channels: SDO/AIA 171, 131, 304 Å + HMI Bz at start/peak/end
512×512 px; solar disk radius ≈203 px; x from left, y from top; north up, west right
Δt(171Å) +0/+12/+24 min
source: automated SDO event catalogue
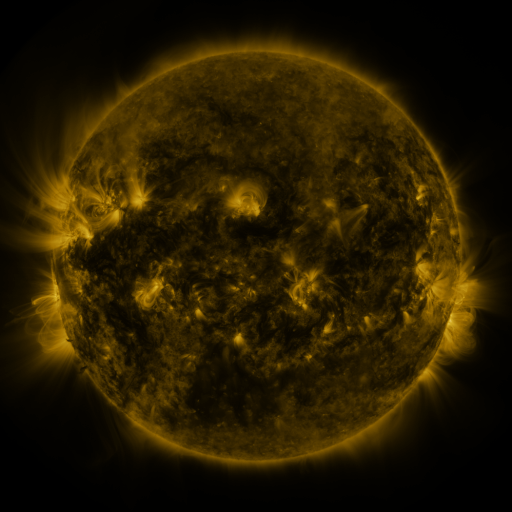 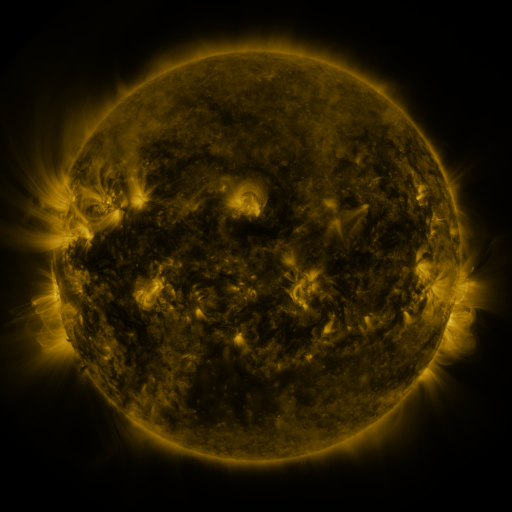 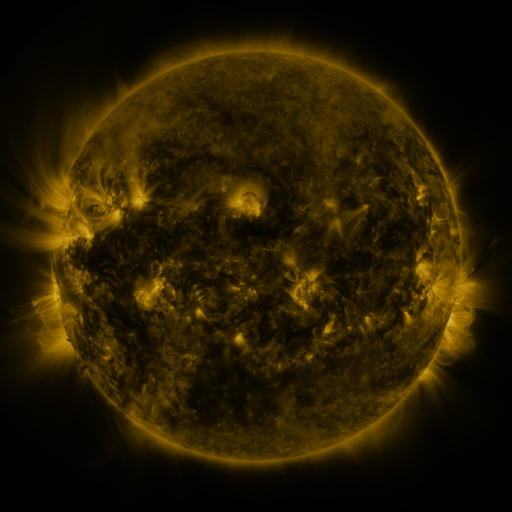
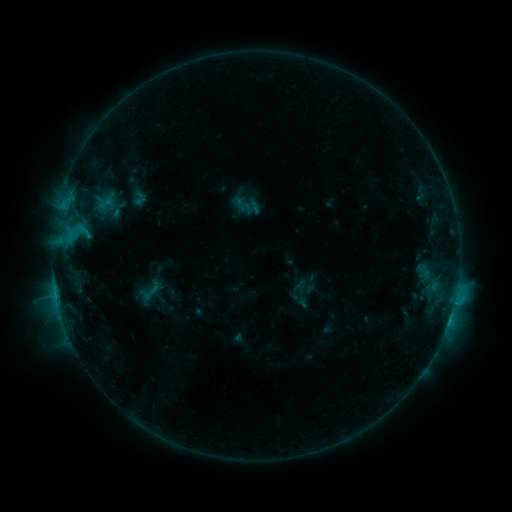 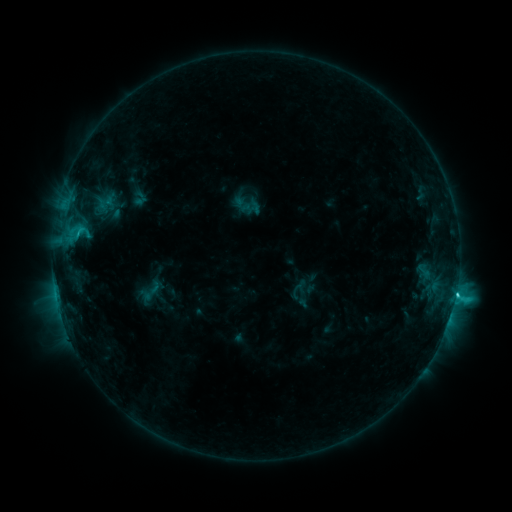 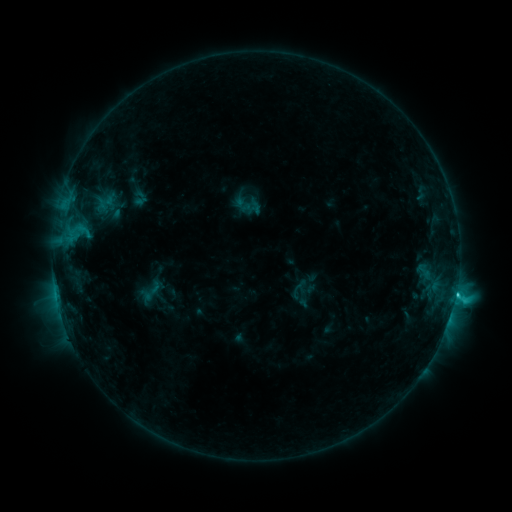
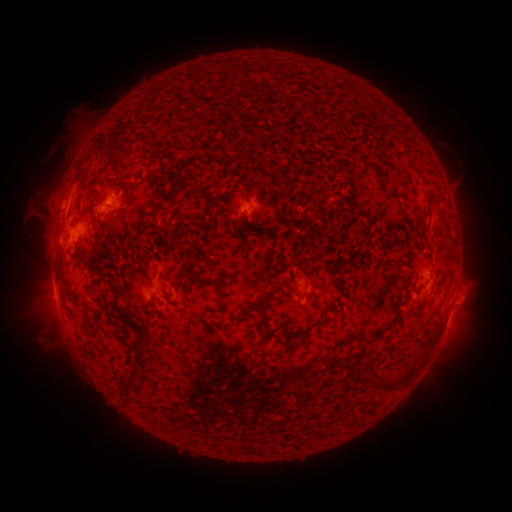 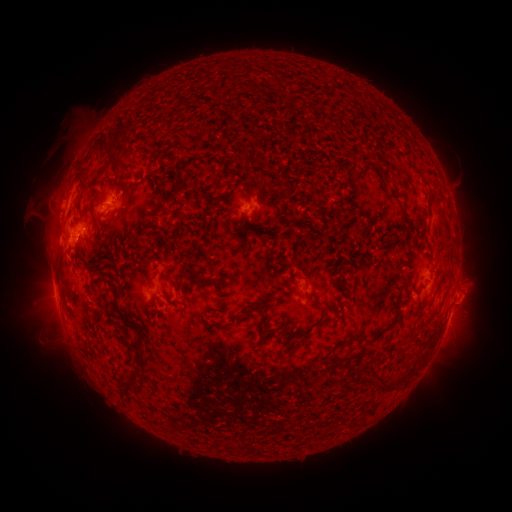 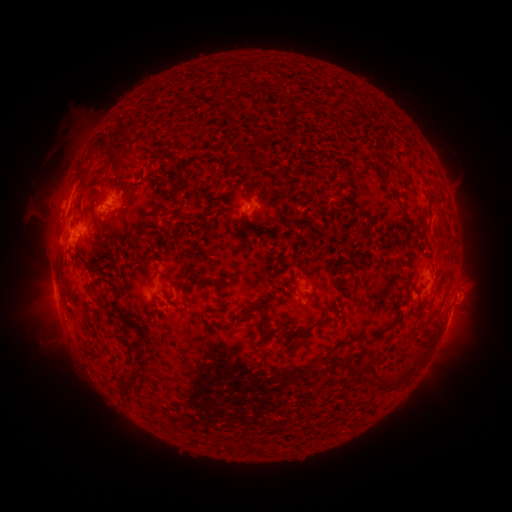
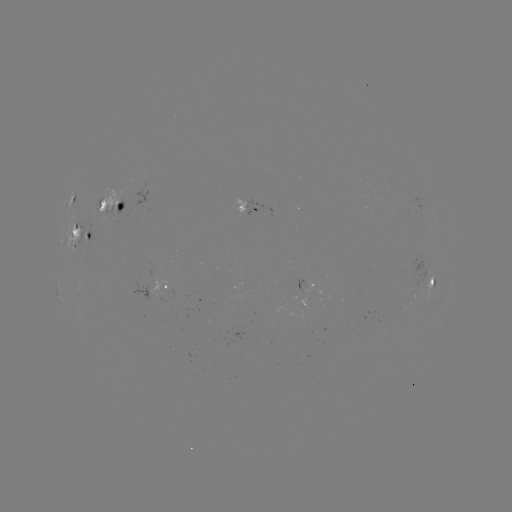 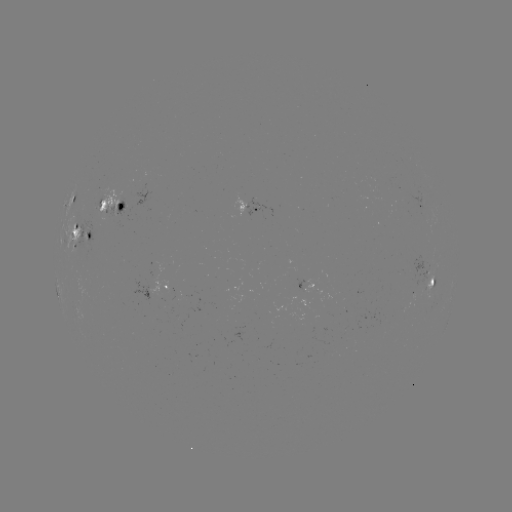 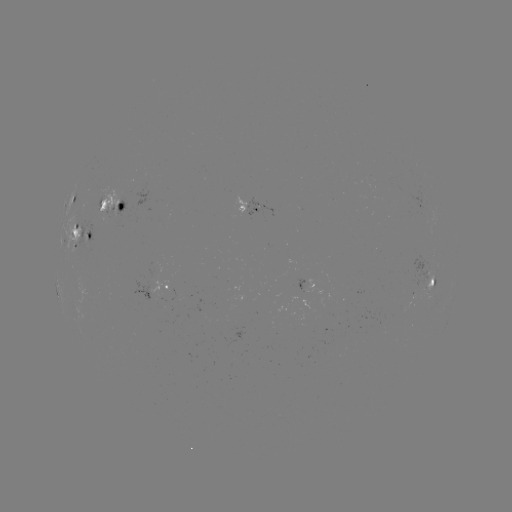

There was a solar flare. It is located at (455, 294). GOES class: C3.9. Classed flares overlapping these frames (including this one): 1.